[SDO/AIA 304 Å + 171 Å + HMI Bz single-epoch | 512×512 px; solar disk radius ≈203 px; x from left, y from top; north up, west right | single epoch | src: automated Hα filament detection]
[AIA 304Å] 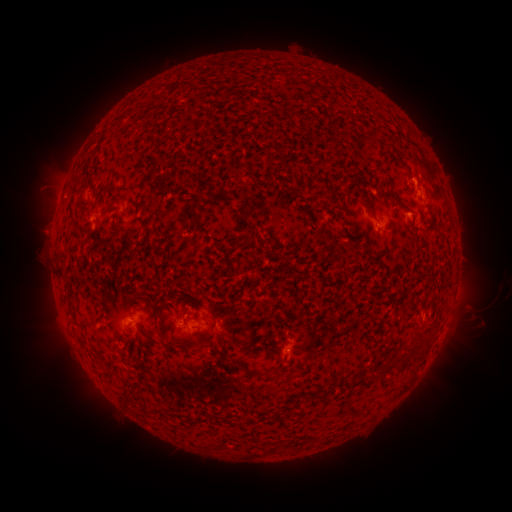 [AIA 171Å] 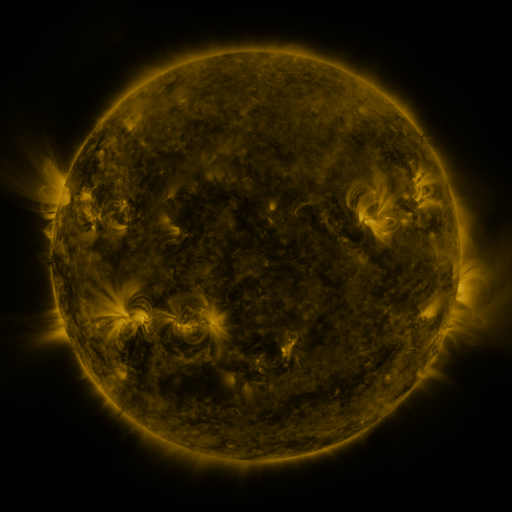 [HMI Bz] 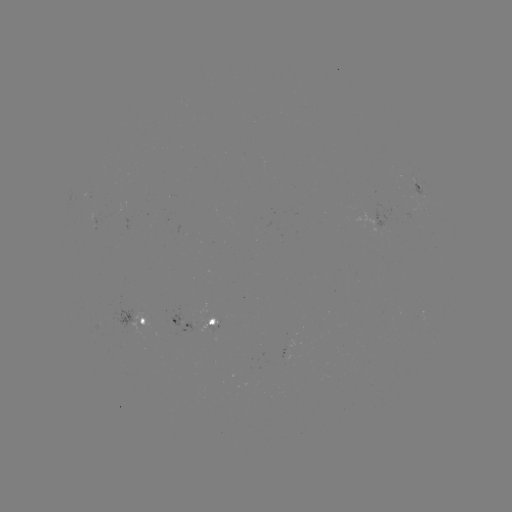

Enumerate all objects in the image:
filament: (367, 208)
filament: (195, 220)
filament: (330, 226)
filament: (61, 275)
filament: (214, 312)
filament: (162, 327)
filament: (427, 332)
filament: (167, 340)
filament: (414, 348)
filament: (392, 364)
filament: (241, 365)
filament: (364, 380)
filament: (129, 401)
